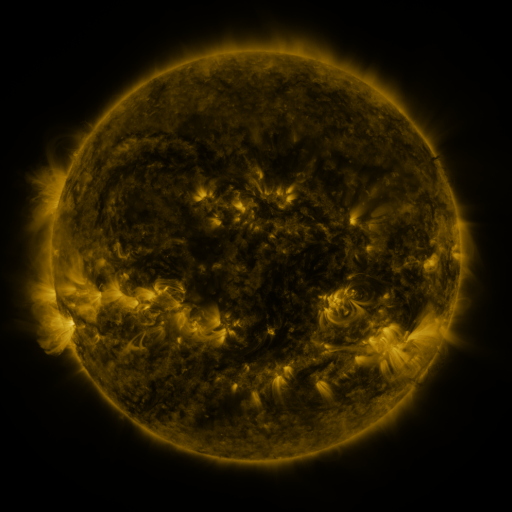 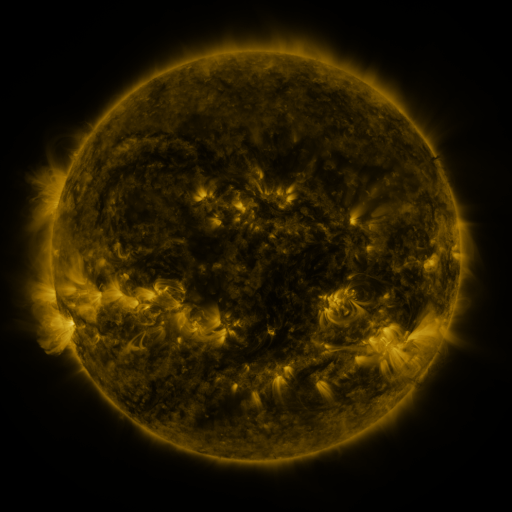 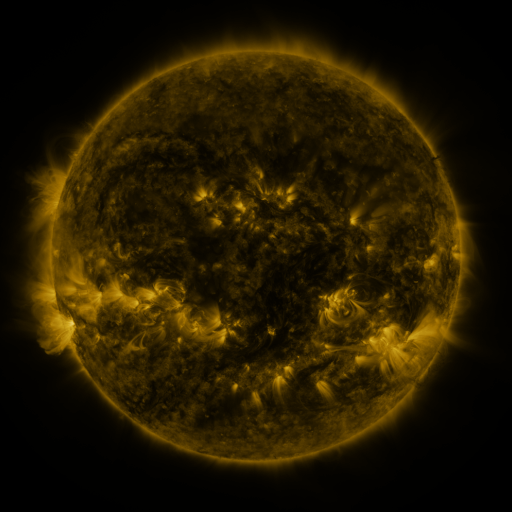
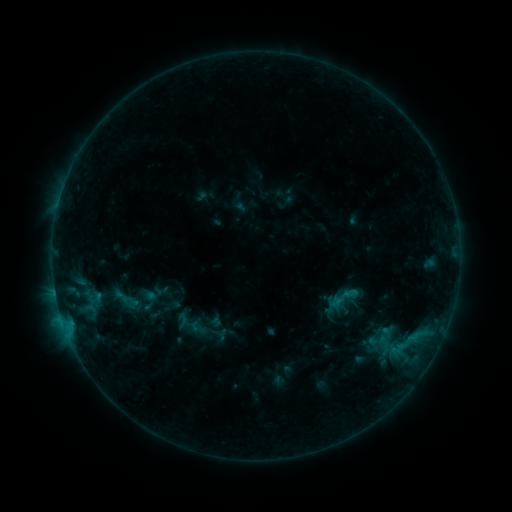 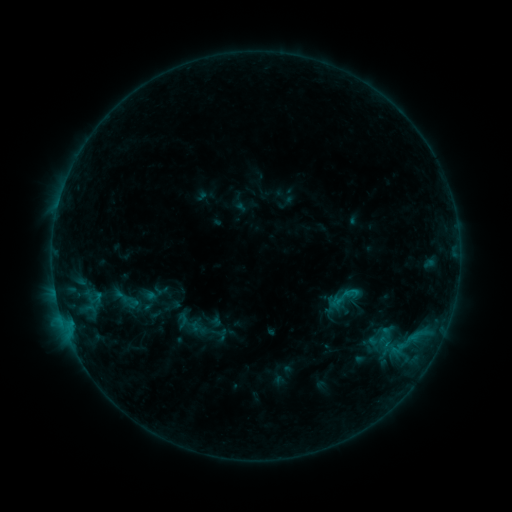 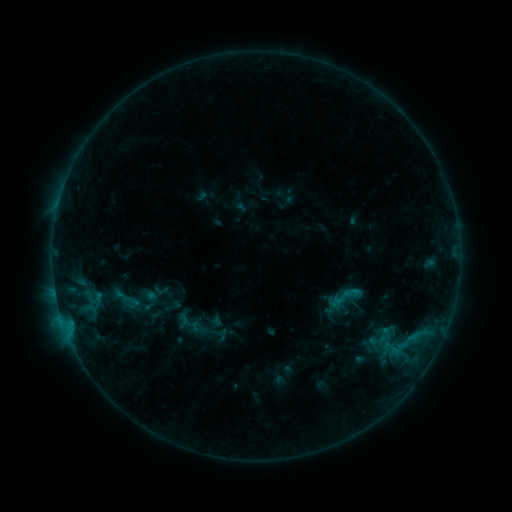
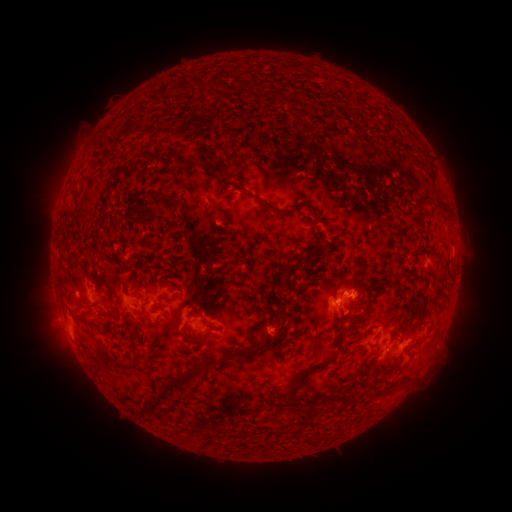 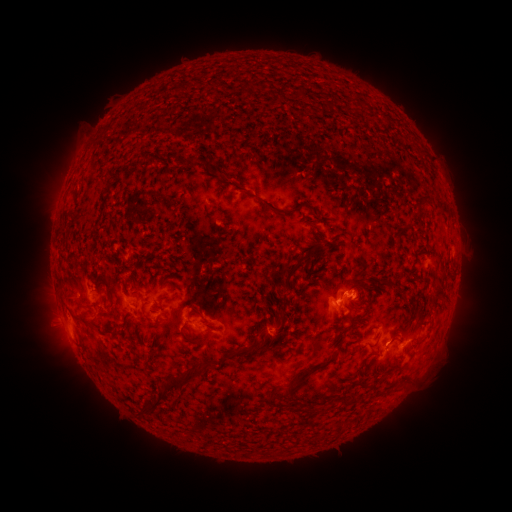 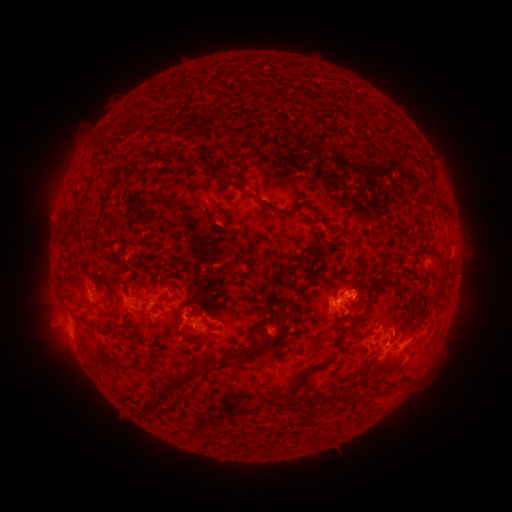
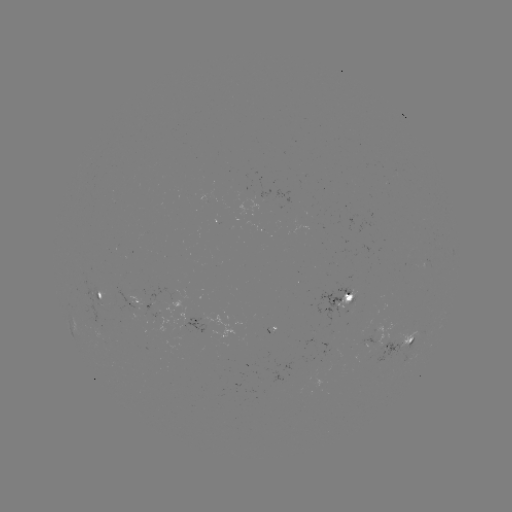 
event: eruption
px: (396, 331)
